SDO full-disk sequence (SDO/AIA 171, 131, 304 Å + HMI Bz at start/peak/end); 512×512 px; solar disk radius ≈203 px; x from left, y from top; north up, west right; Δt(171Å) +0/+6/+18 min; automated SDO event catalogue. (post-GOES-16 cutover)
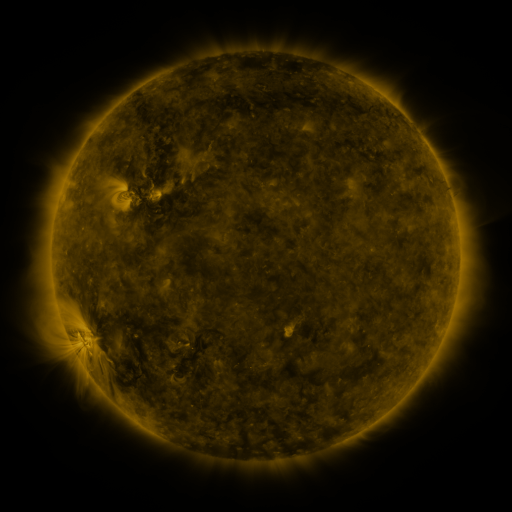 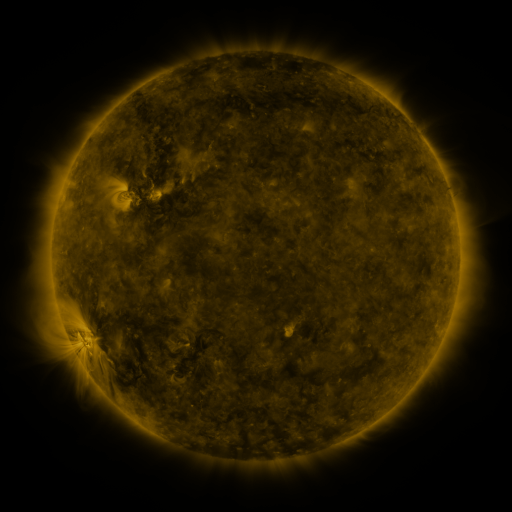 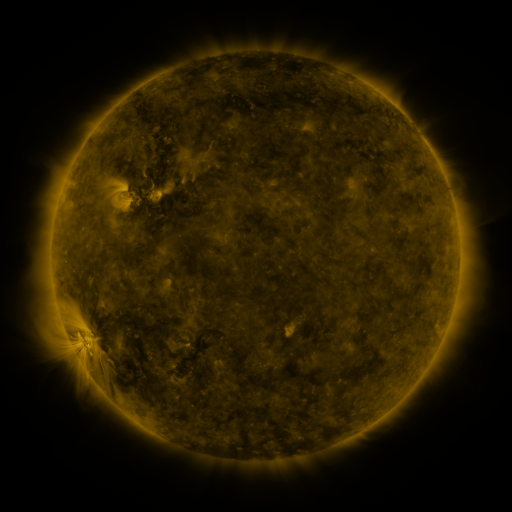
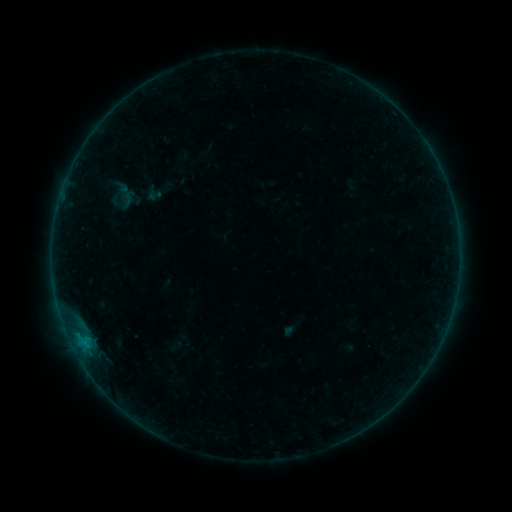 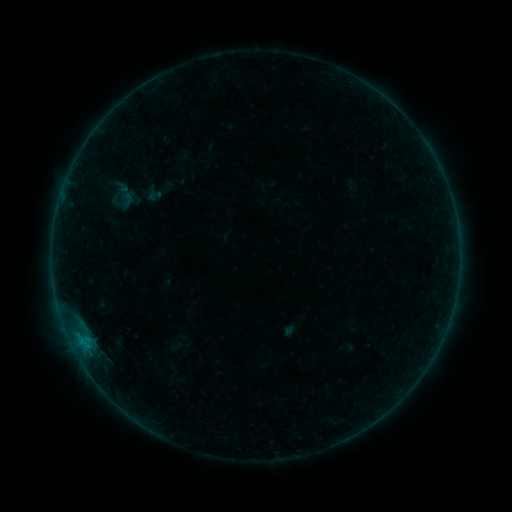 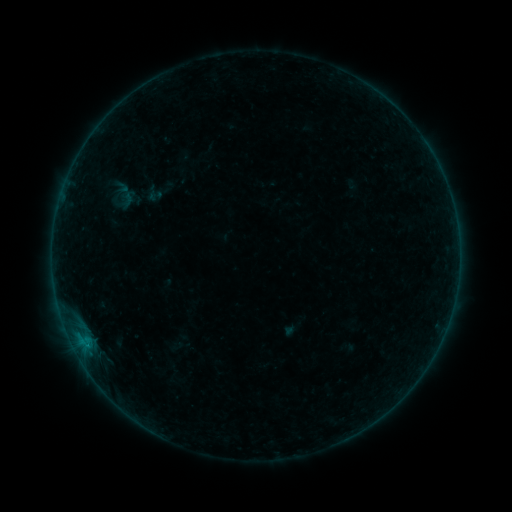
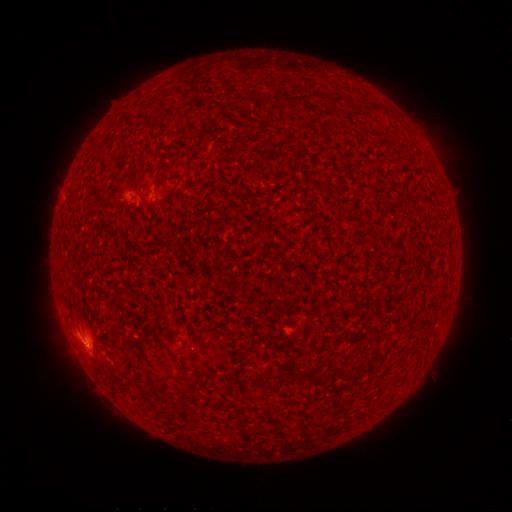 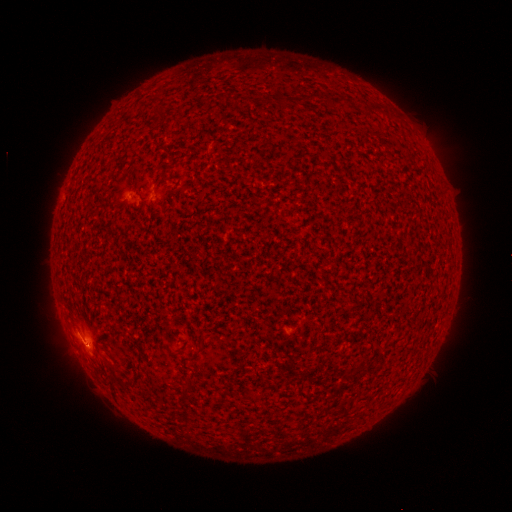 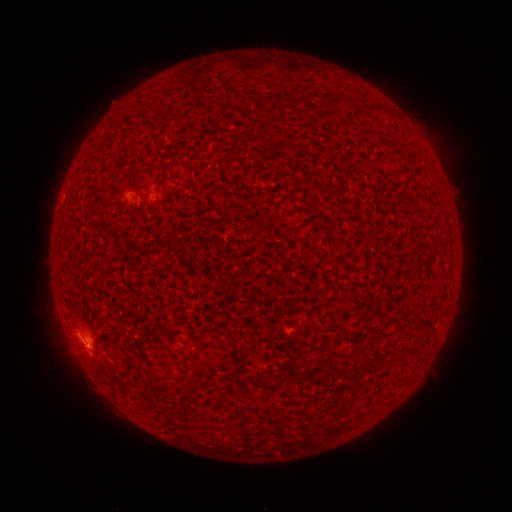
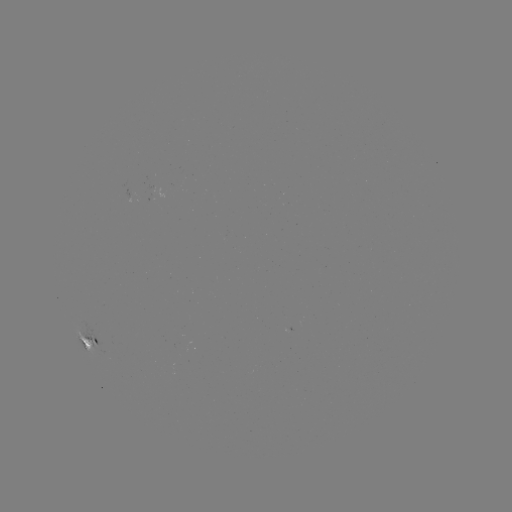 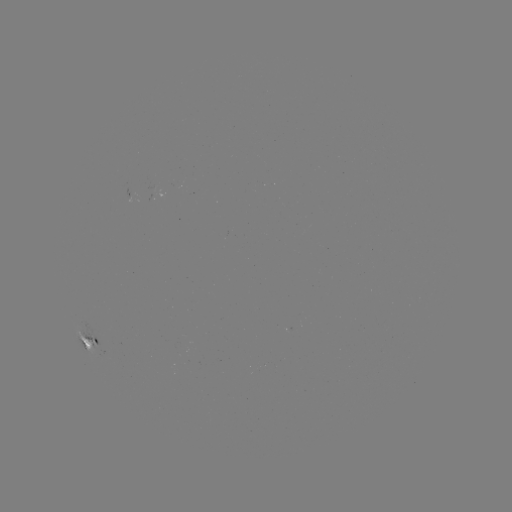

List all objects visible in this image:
B2.7 flare: (82, 340)
